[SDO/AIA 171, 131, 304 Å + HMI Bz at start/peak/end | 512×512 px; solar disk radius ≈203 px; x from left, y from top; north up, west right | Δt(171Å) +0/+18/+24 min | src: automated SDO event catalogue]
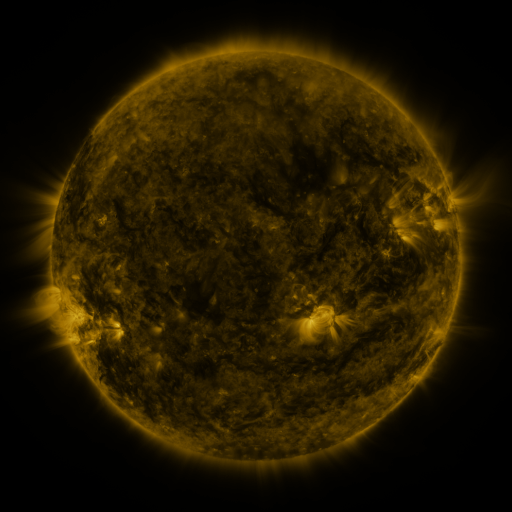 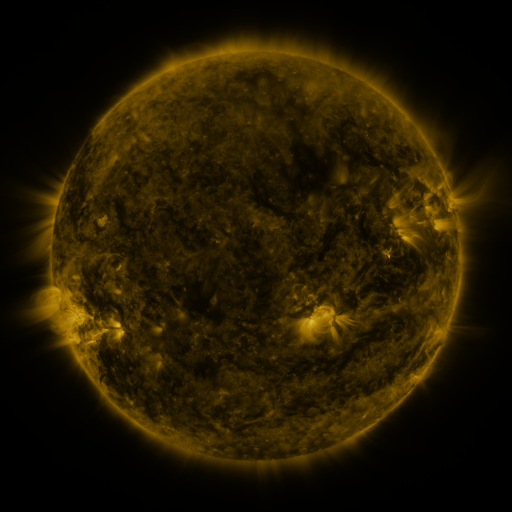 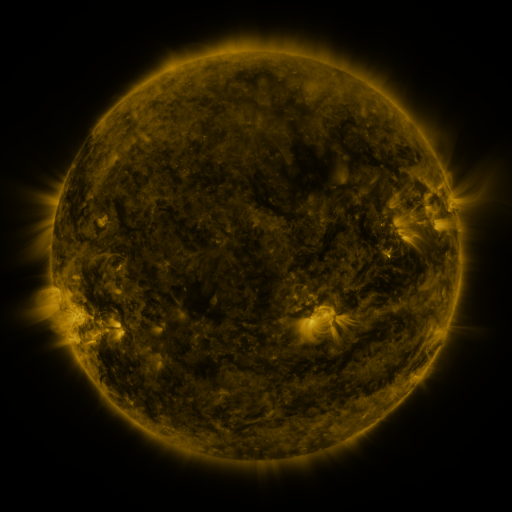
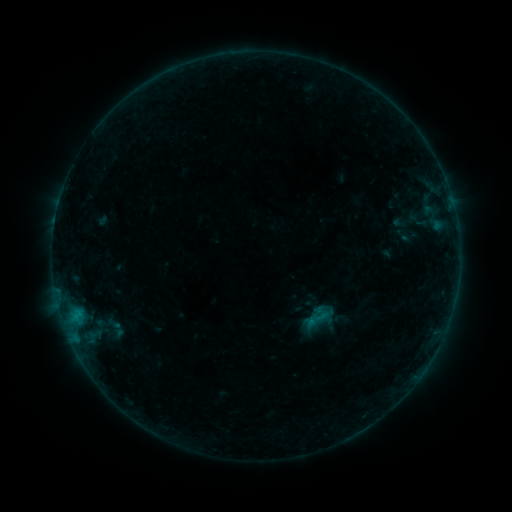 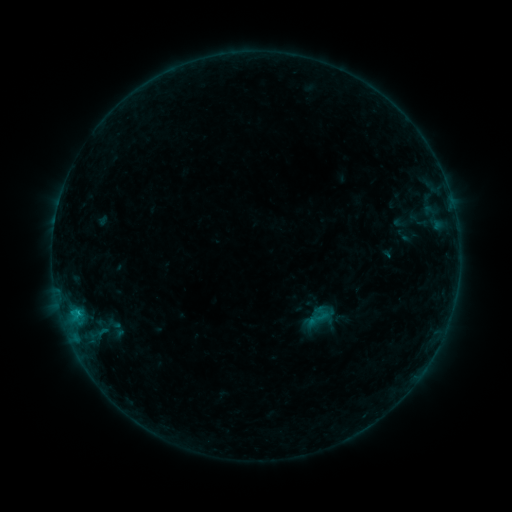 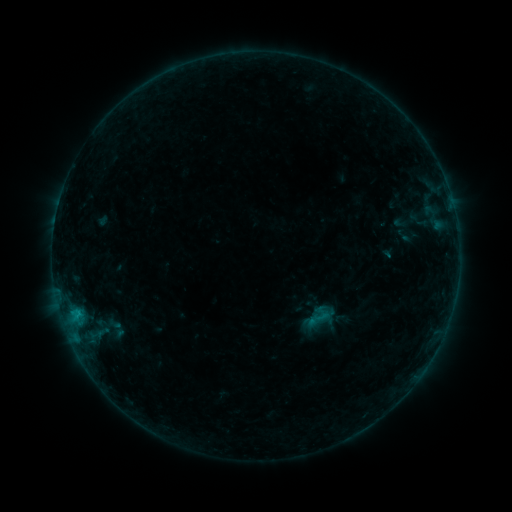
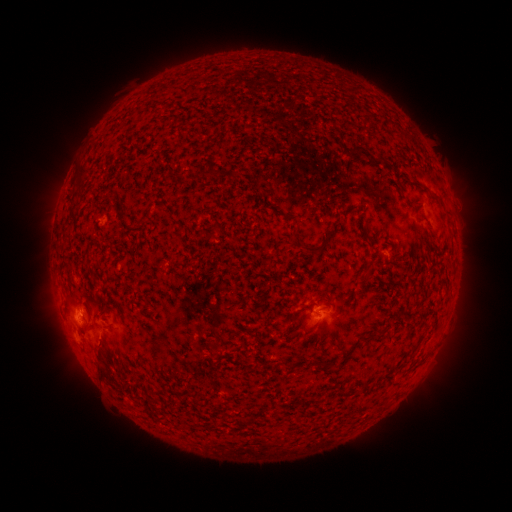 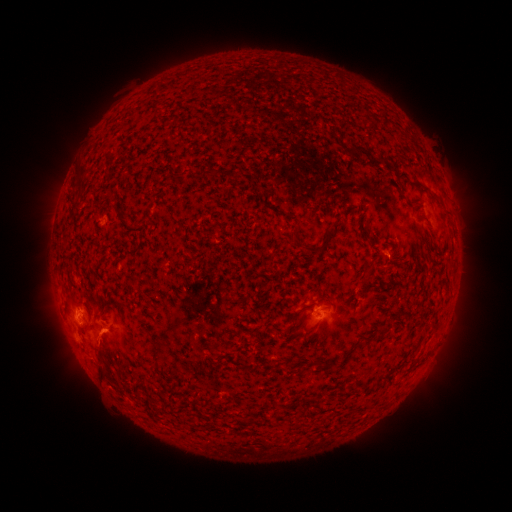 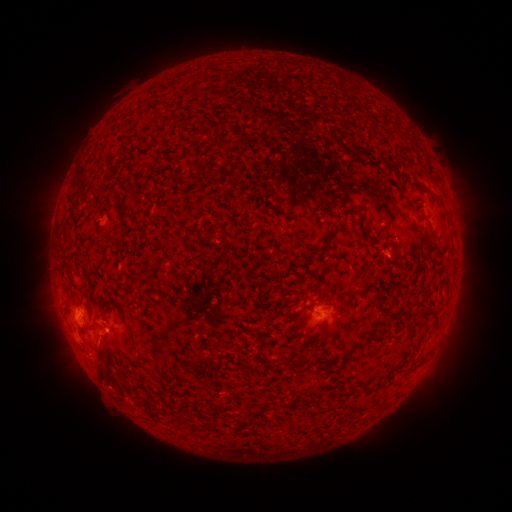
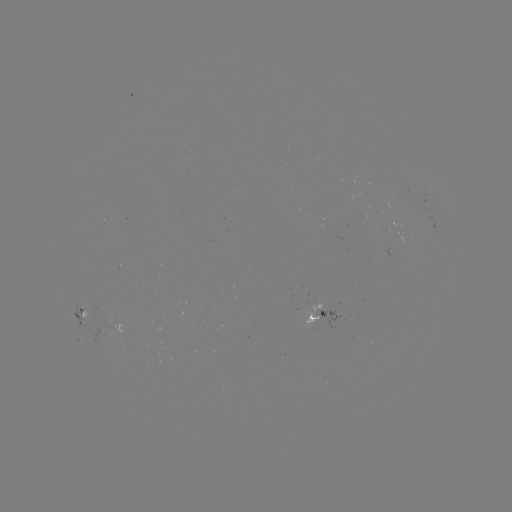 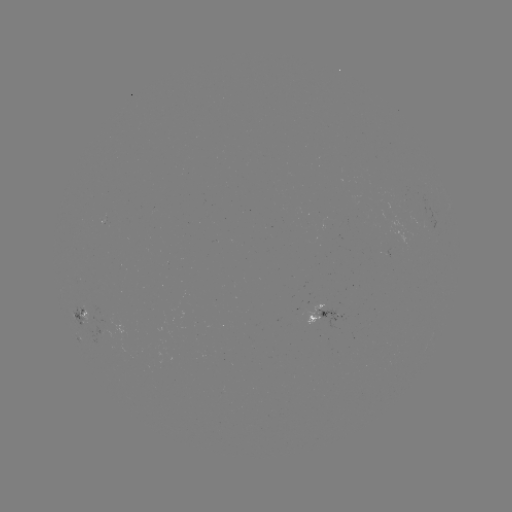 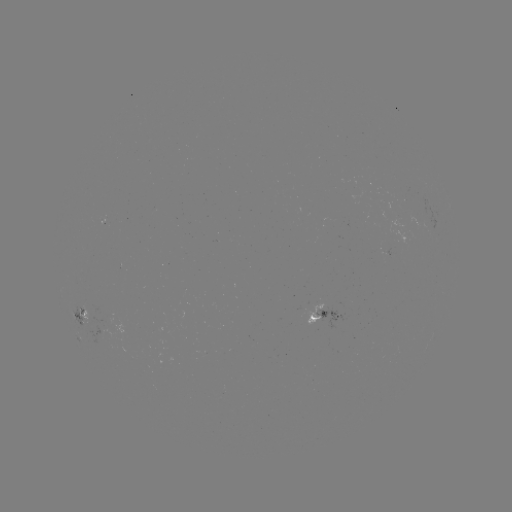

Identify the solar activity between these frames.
B4.8 flare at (77, 311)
